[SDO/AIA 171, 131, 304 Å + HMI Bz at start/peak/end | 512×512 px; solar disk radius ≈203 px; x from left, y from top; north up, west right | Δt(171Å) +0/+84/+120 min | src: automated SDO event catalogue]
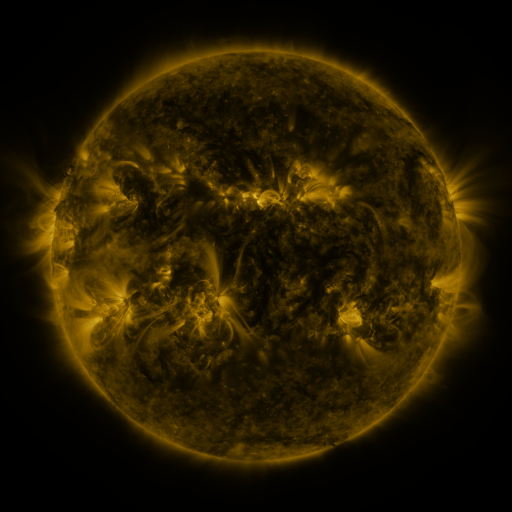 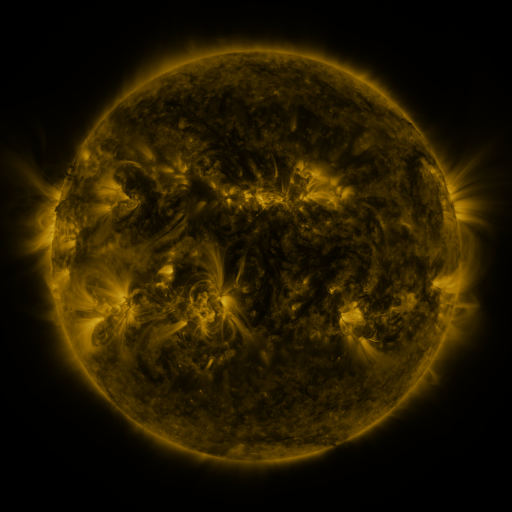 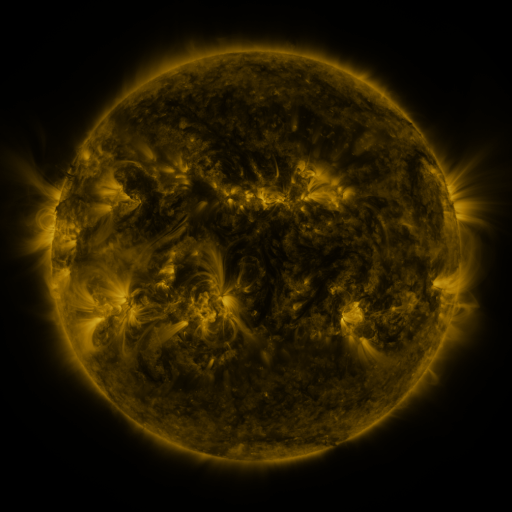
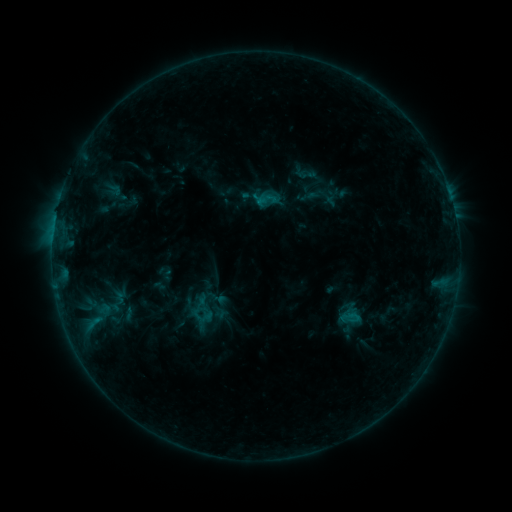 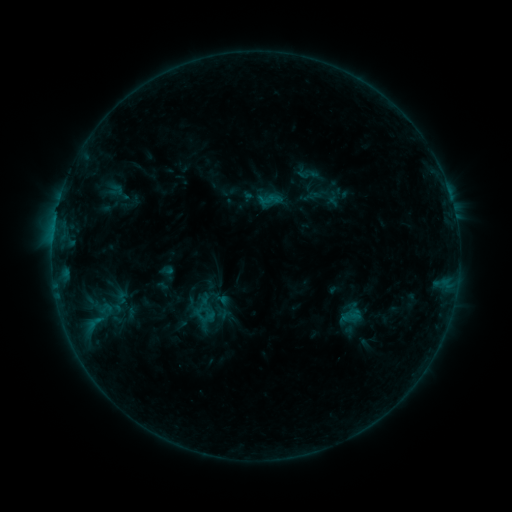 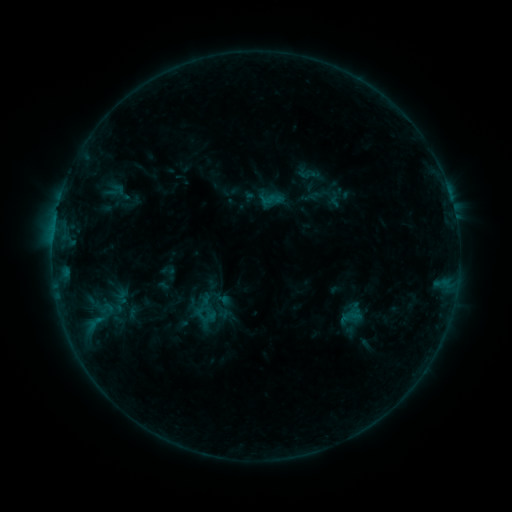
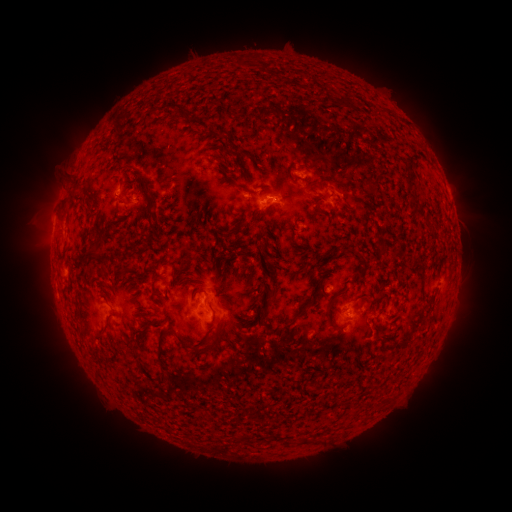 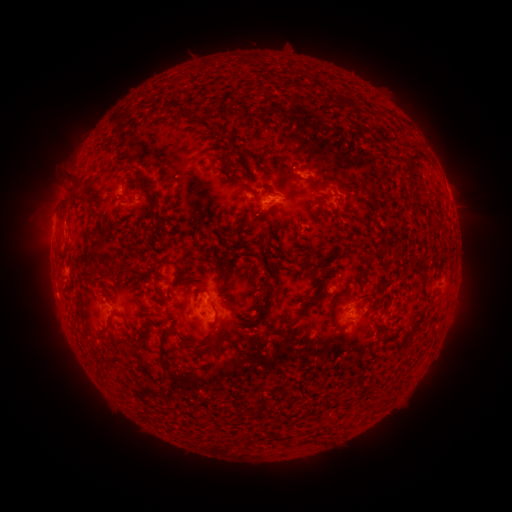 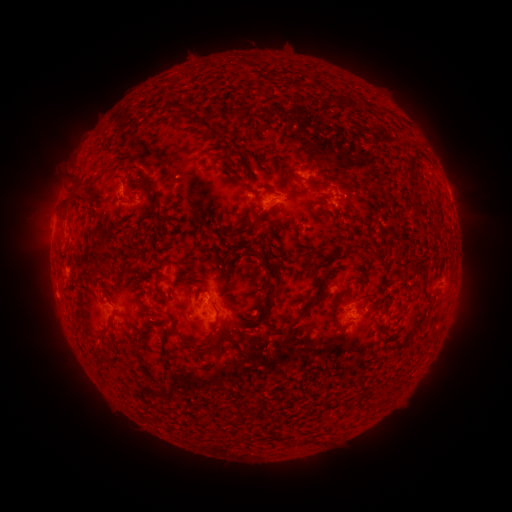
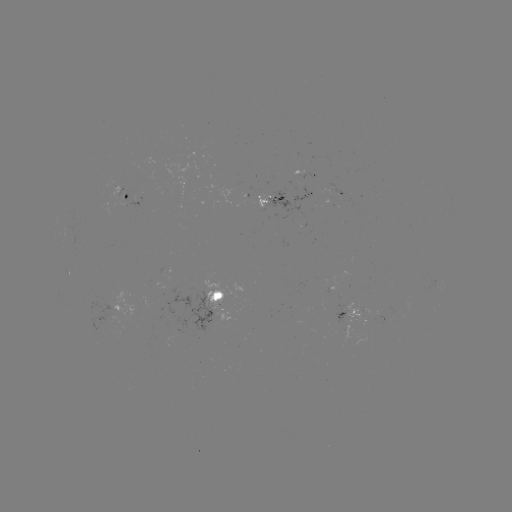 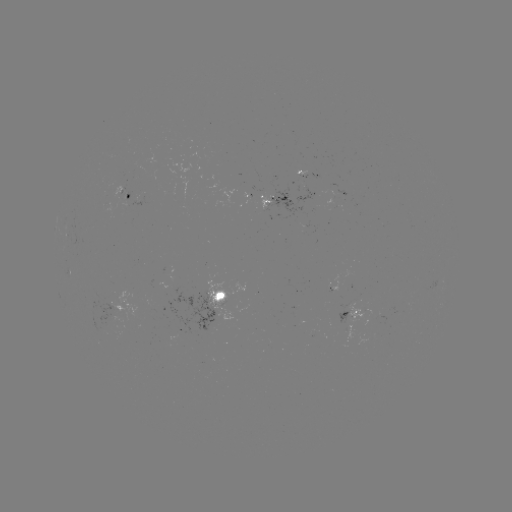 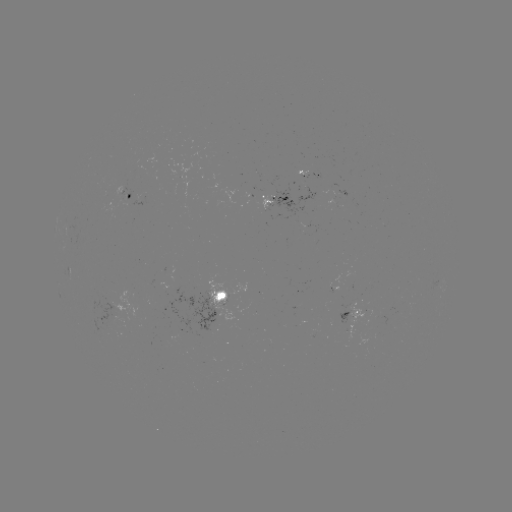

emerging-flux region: <bbox>83, 299, 128, 329</bbox>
